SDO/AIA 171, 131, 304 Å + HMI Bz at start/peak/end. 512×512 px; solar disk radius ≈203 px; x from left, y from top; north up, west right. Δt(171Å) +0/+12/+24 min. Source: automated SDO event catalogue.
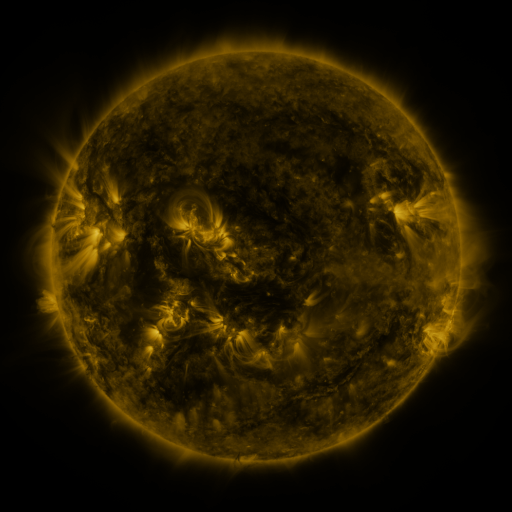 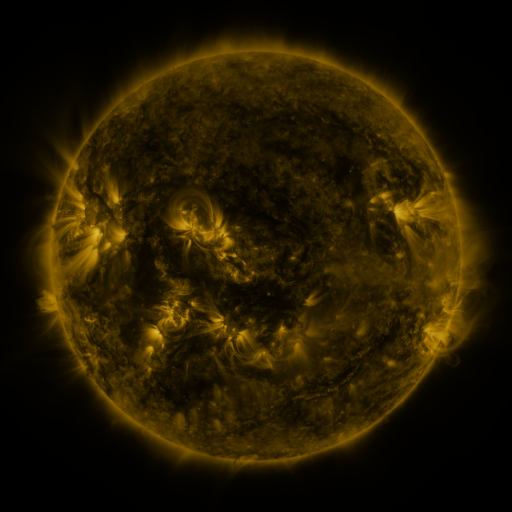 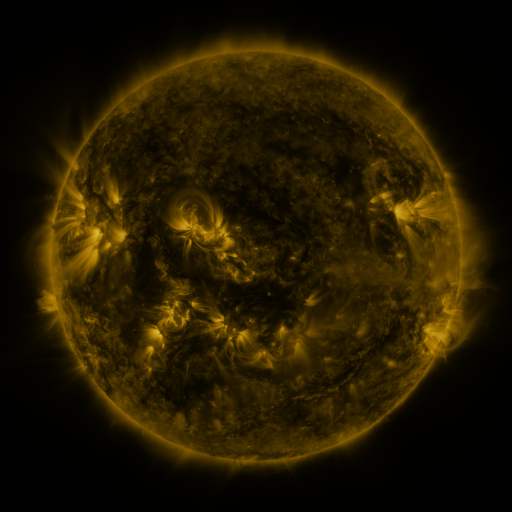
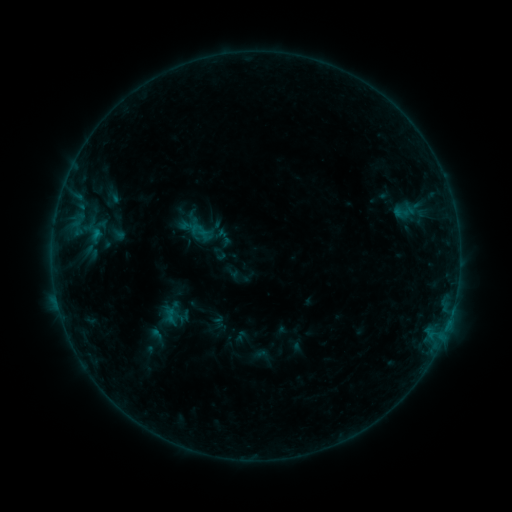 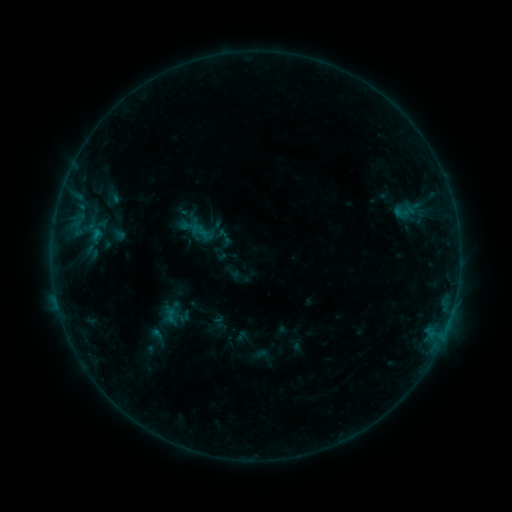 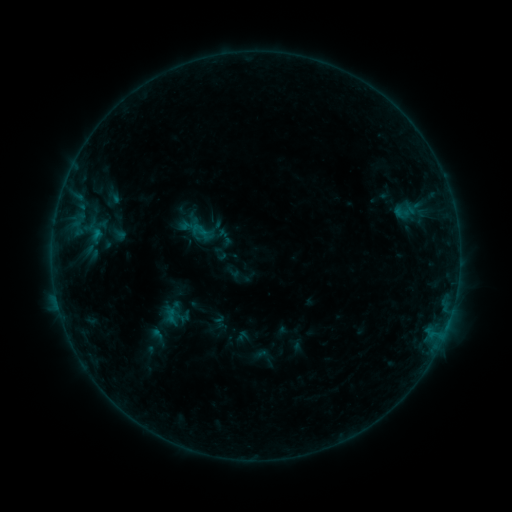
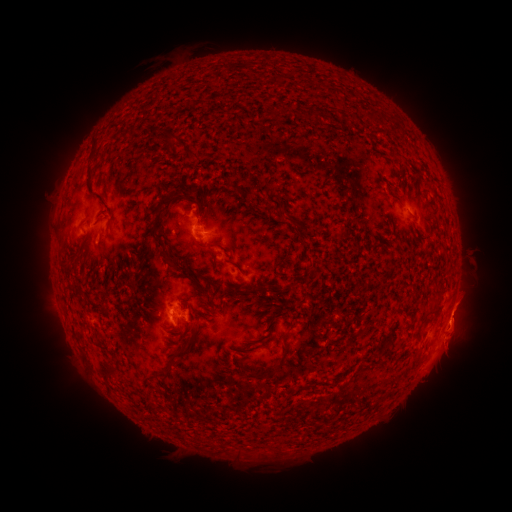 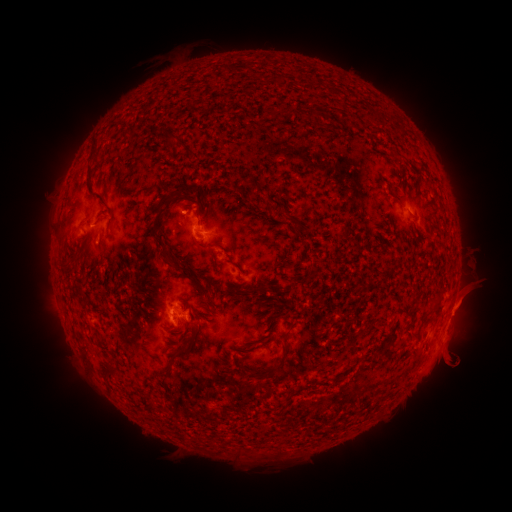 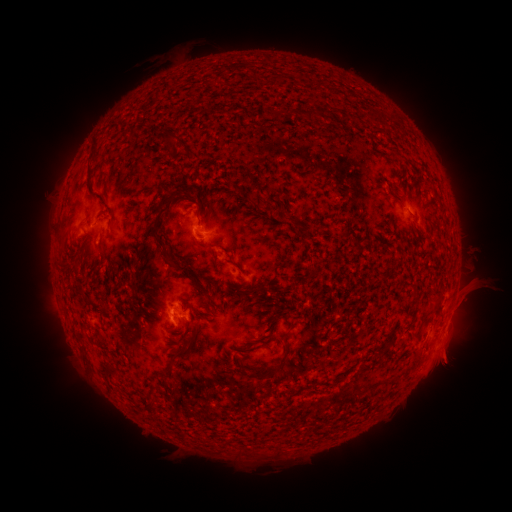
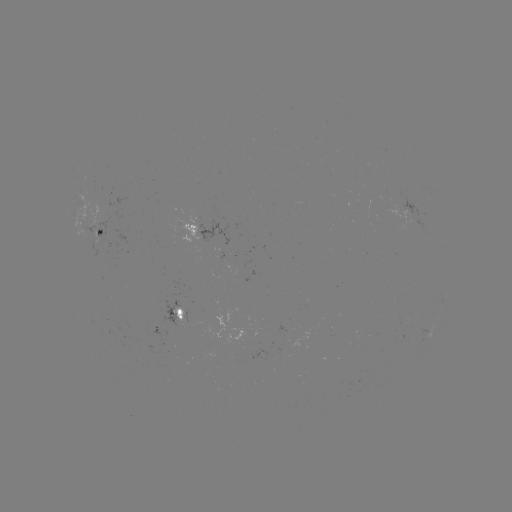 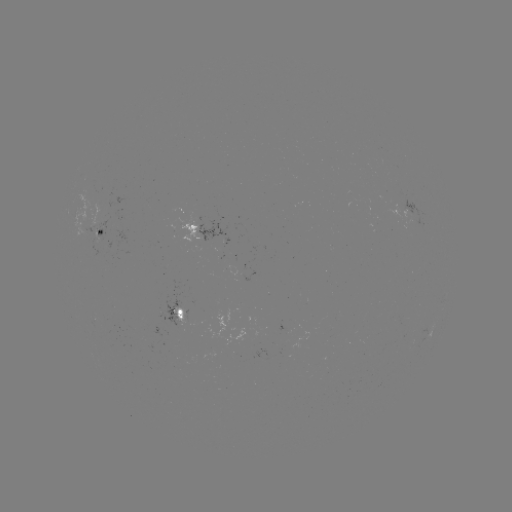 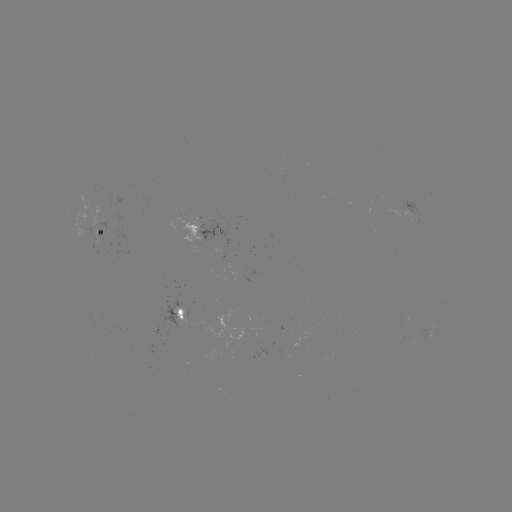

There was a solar eruption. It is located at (463, 305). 